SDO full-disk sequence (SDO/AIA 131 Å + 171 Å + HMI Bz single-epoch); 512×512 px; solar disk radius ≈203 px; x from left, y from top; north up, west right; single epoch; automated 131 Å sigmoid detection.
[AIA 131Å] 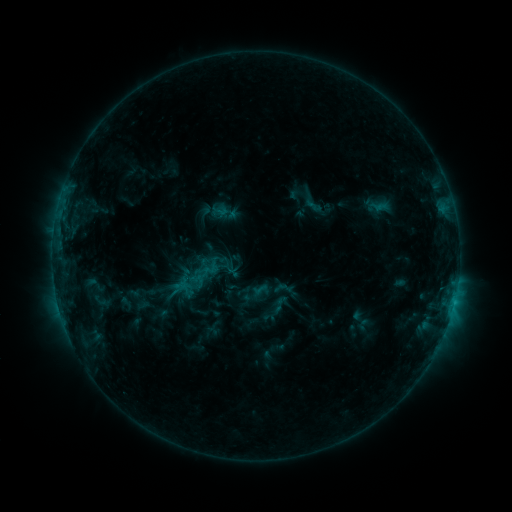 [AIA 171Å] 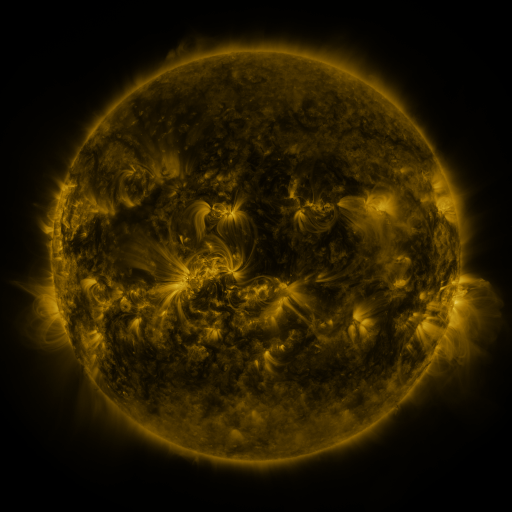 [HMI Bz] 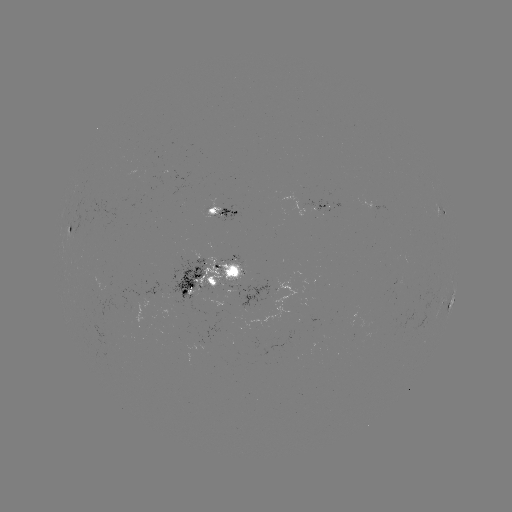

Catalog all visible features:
sigmoid: (313, 200)
sigmoid: (280, 304)
